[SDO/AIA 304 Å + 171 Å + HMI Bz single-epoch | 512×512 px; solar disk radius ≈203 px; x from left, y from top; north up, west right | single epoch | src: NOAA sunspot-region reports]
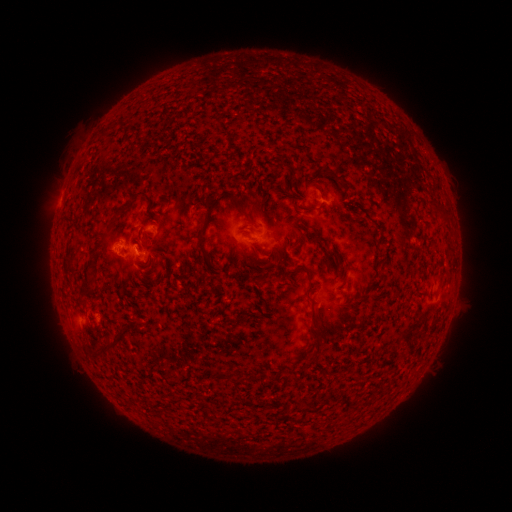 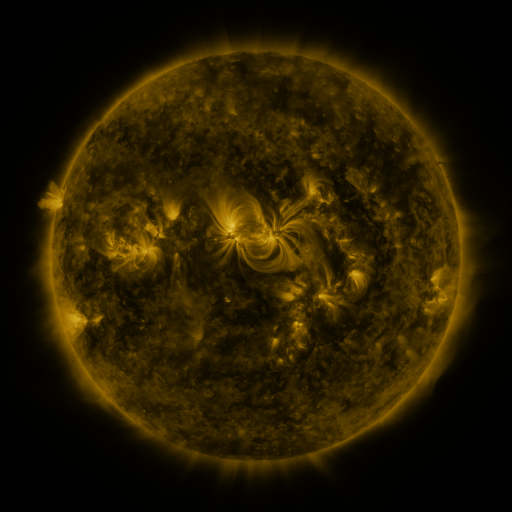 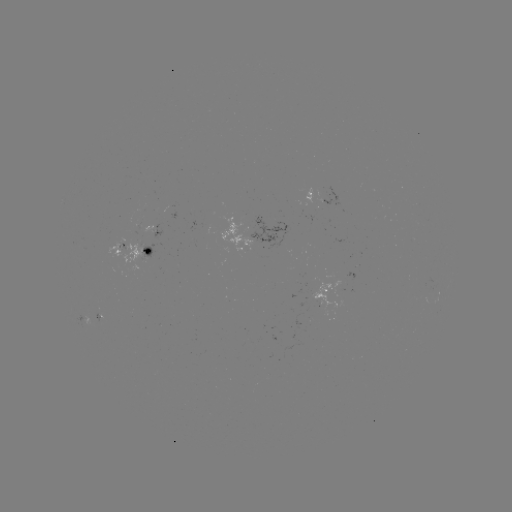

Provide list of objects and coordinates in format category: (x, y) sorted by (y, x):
spotted active region: (315, 200)
spotted active region: (270, 239)
spotted active region: (145, 254)
spotted active region: (325, 291)
